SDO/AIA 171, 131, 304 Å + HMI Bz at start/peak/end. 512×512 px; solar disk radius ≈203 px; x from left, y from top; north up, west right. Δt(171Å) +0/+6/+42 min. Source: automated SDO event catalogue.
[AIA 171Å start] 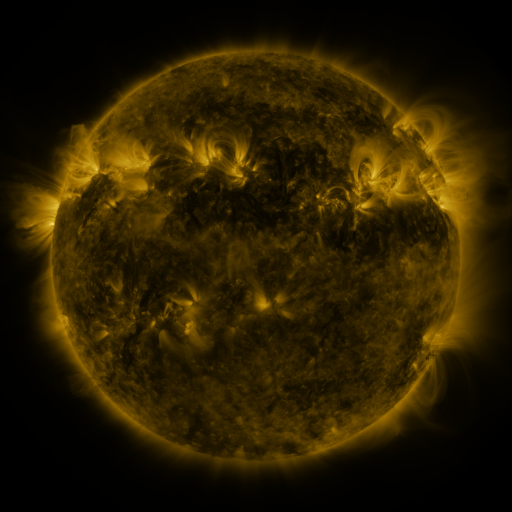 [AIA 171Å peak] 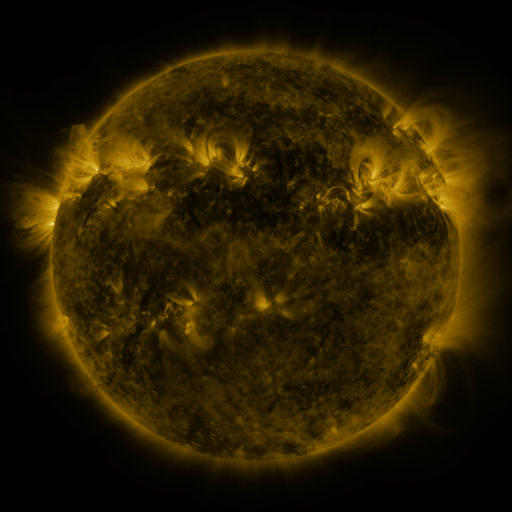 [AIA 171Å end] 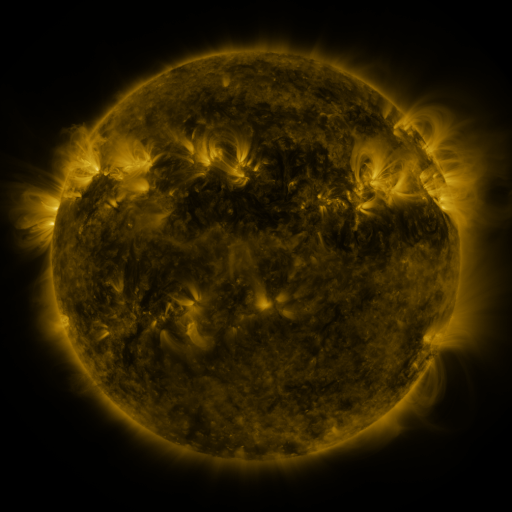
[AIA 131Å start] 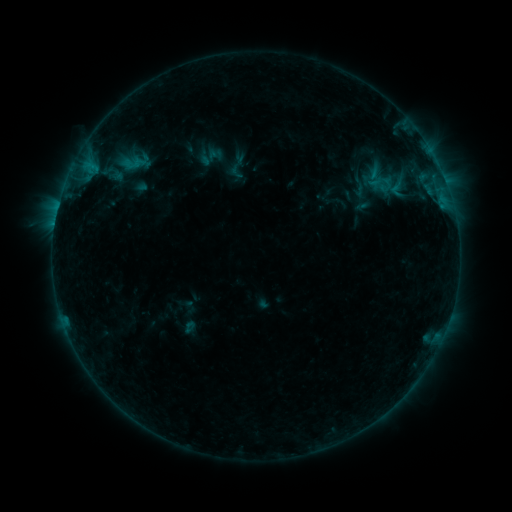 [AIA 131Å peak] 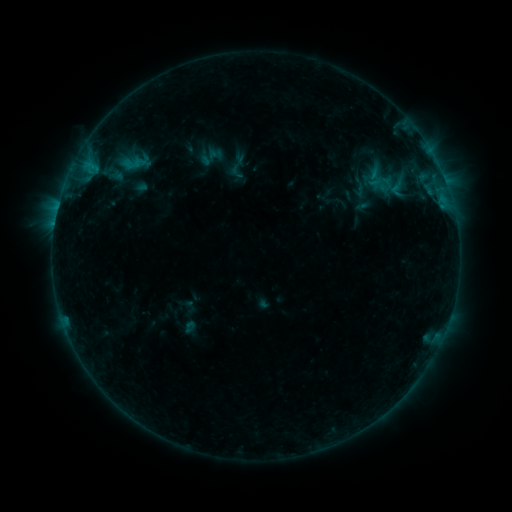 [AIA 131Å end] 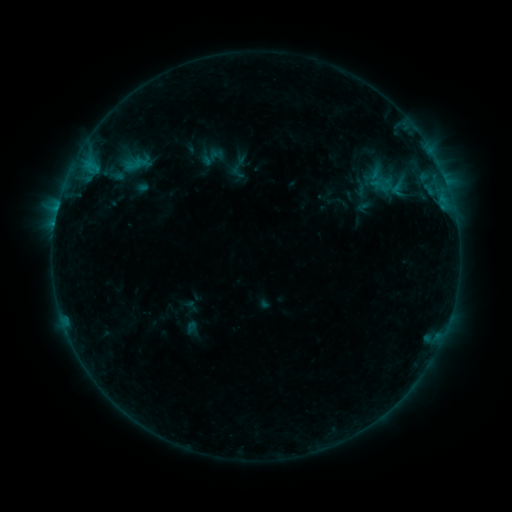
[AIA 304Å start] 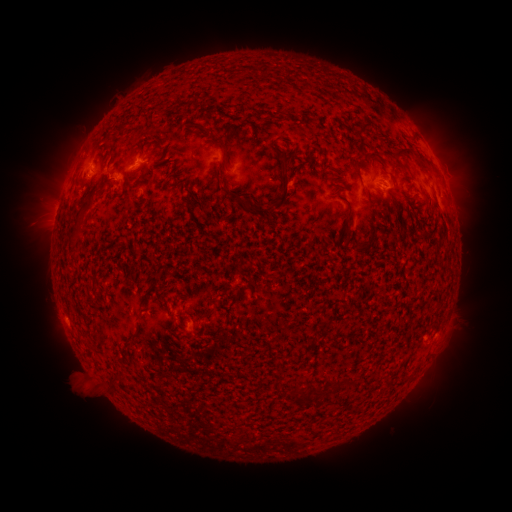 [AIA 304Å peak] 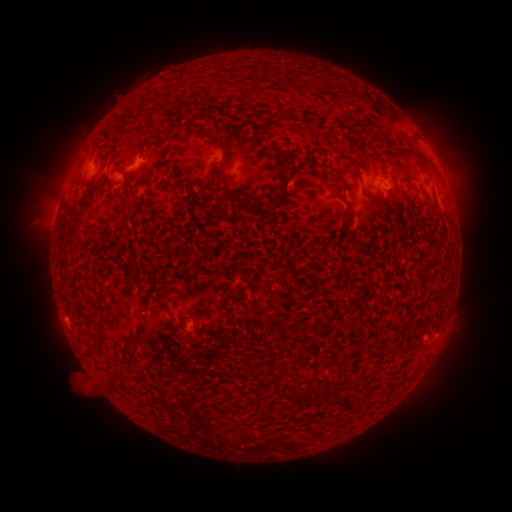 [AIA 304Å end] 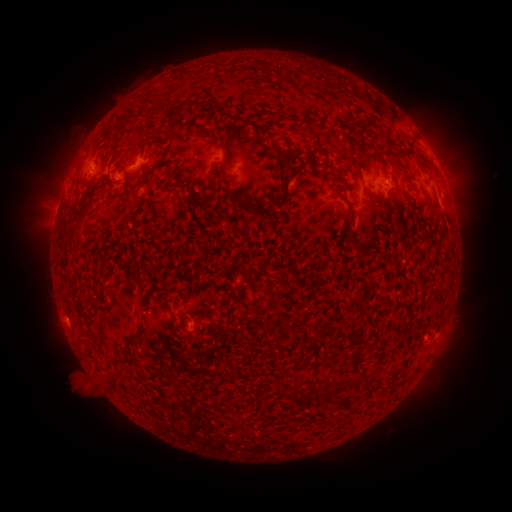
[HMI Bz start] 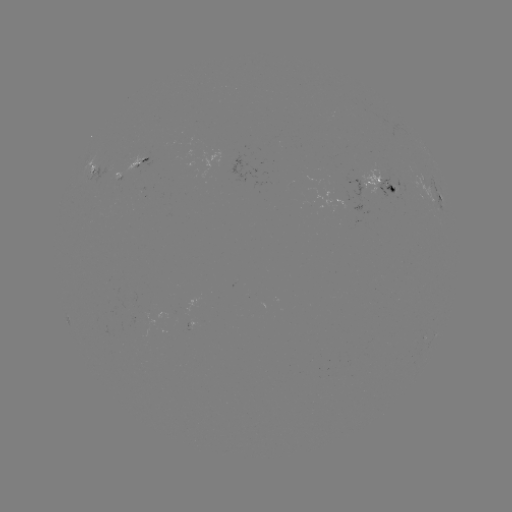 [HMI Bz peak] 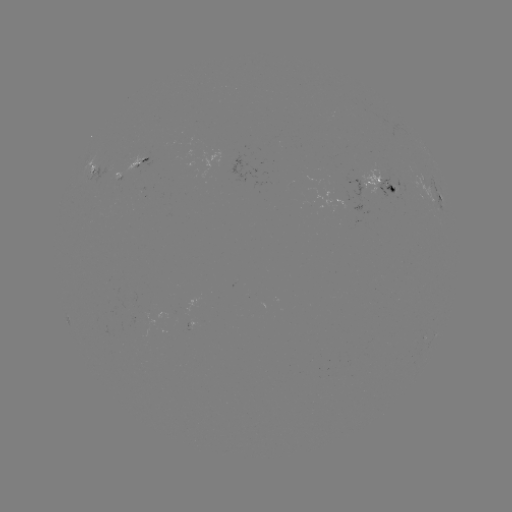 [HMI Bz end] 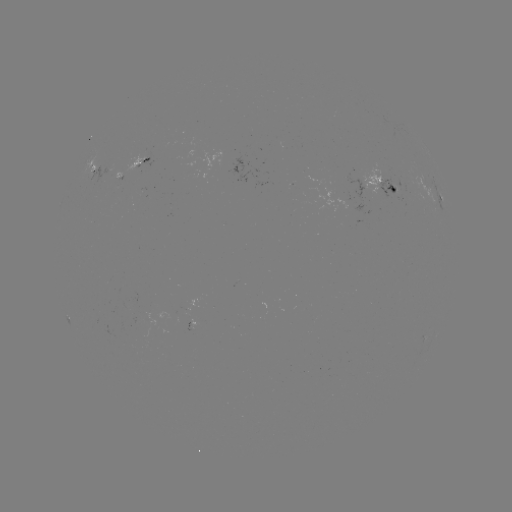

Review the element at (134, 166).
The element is emerging-flux region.